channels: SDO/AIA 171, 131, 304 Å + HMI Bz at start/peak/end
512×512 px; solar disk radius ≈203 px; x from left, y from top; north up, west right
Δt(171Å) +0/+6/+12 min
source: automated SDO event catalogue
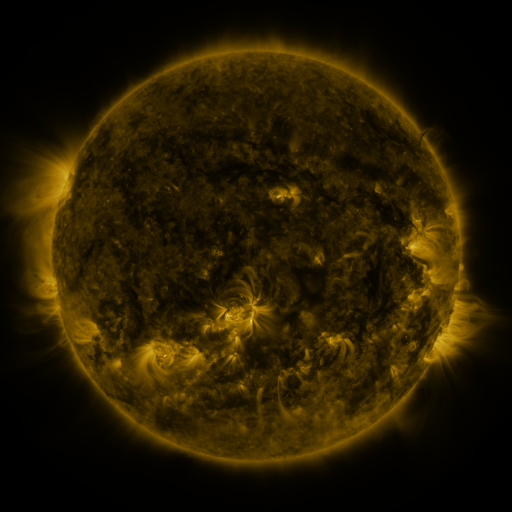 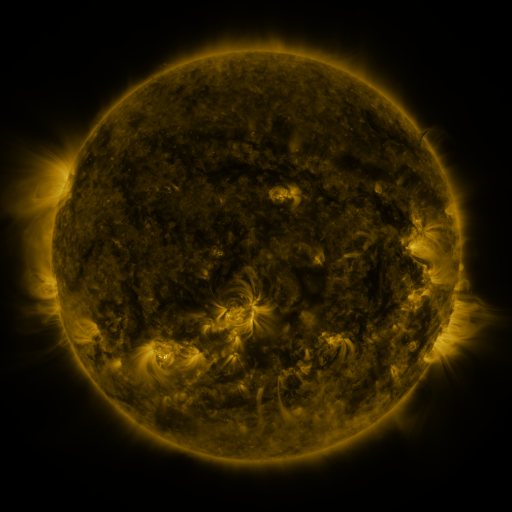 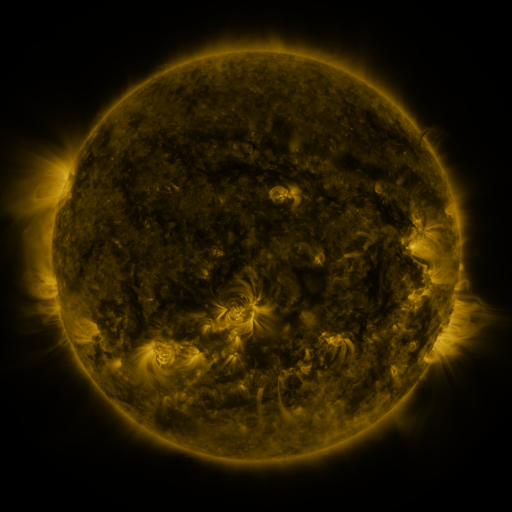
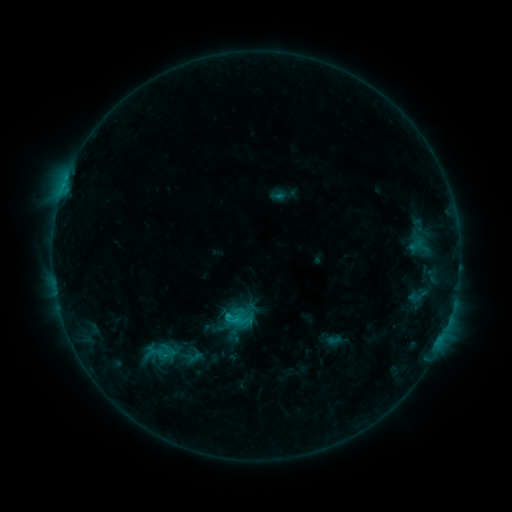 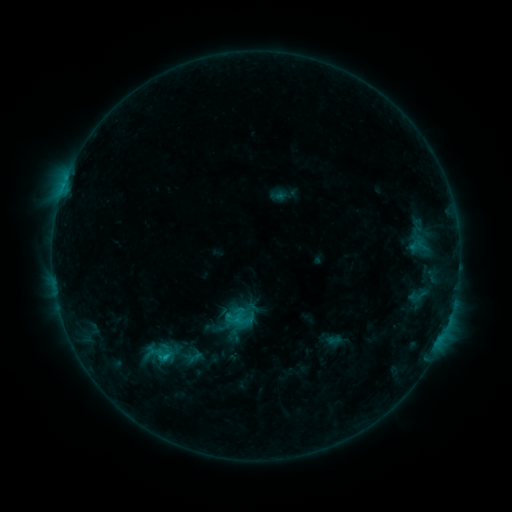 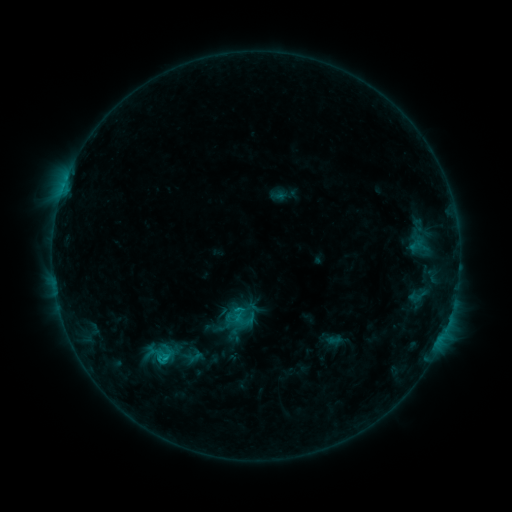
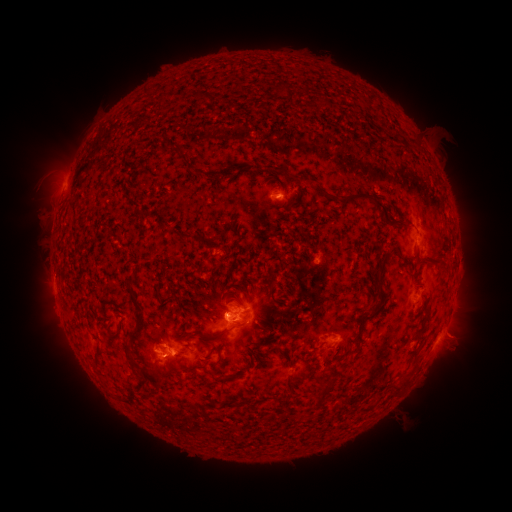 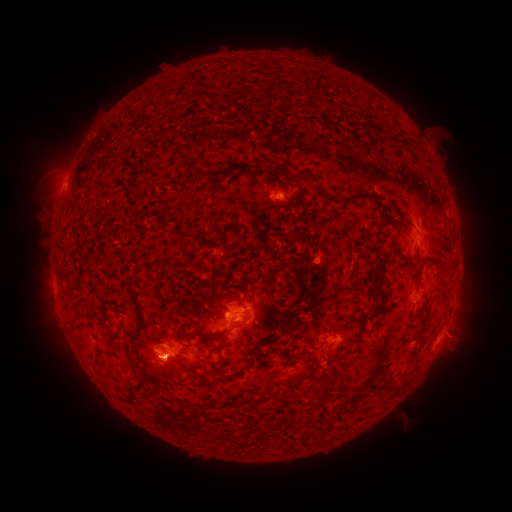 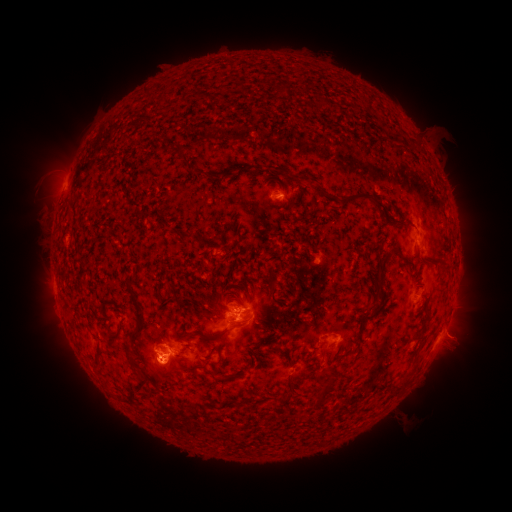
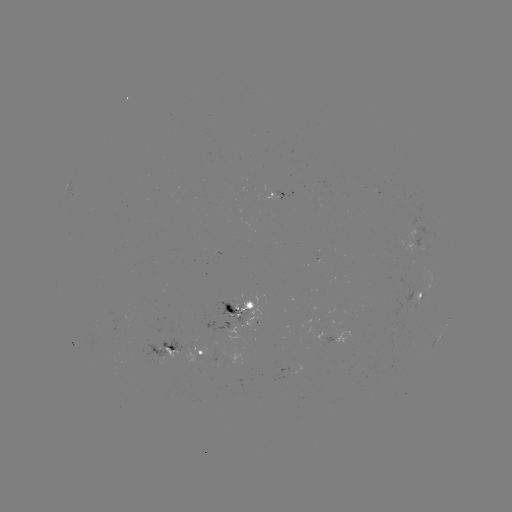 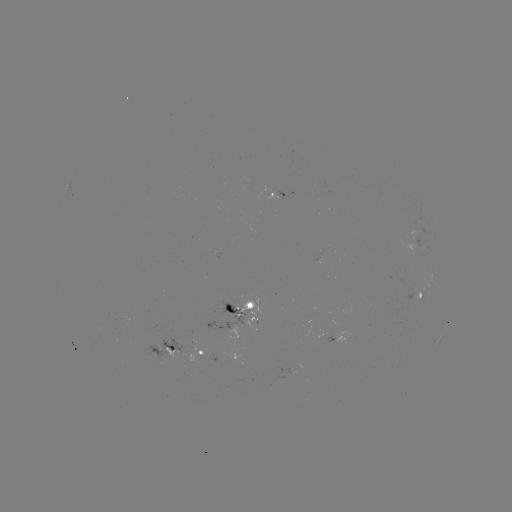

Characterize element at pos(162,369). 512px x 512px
eruption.